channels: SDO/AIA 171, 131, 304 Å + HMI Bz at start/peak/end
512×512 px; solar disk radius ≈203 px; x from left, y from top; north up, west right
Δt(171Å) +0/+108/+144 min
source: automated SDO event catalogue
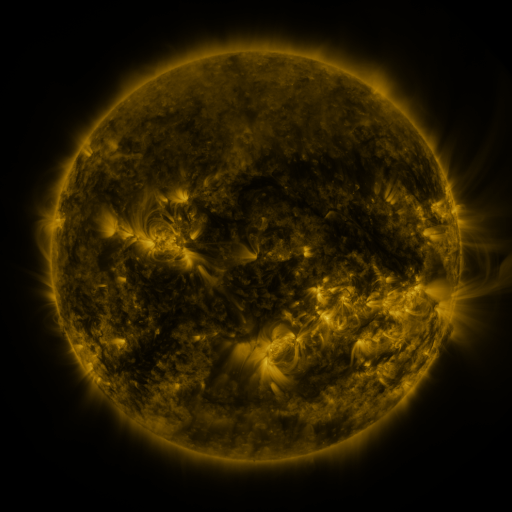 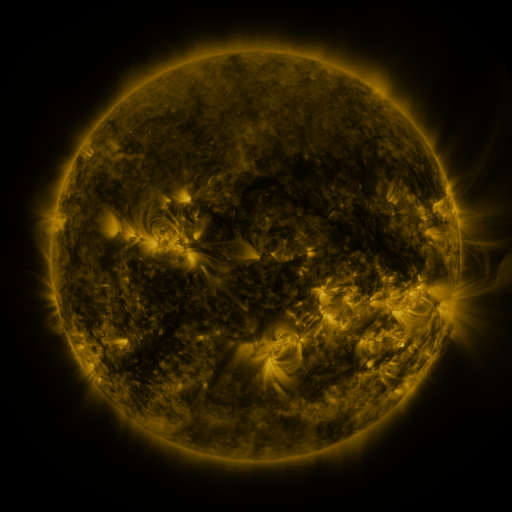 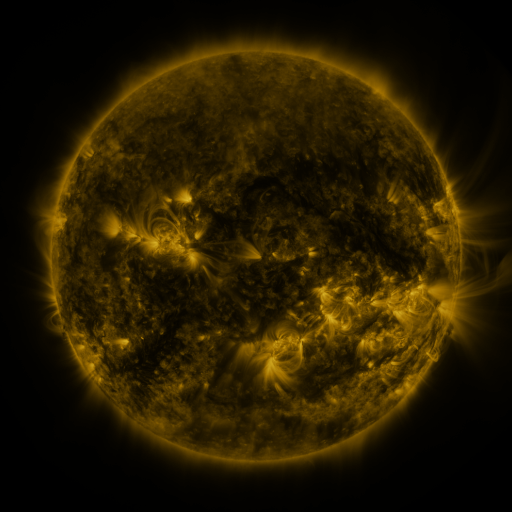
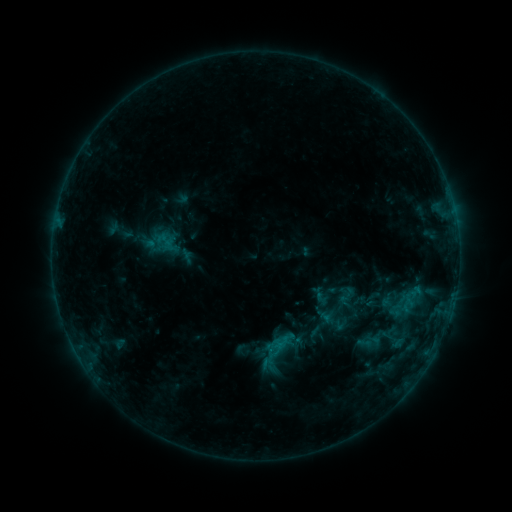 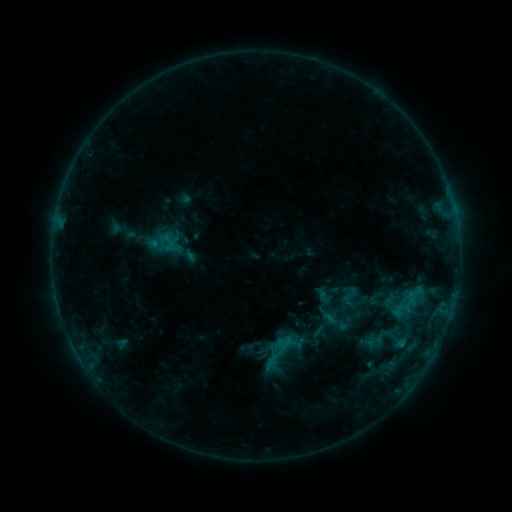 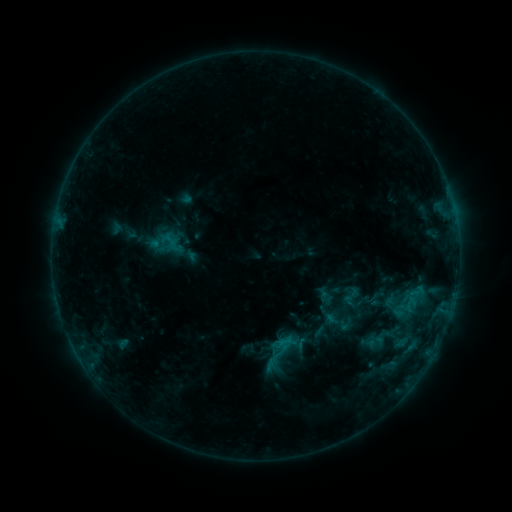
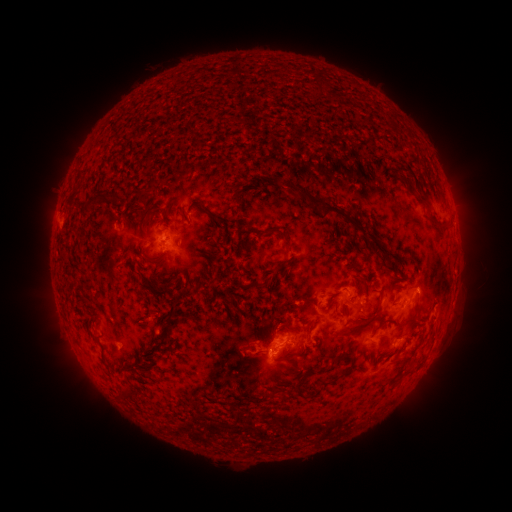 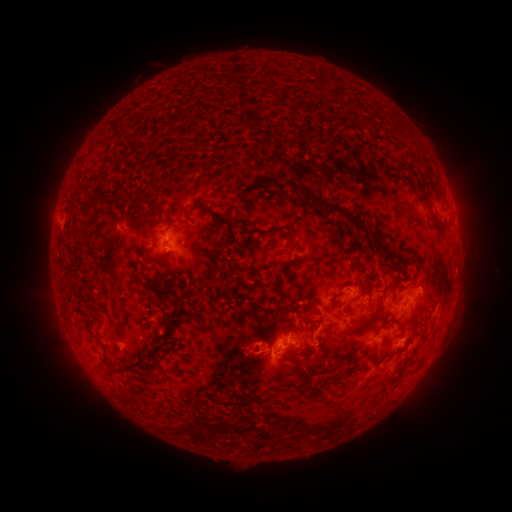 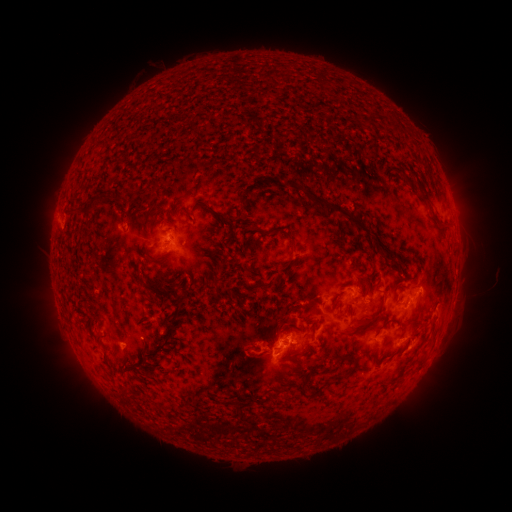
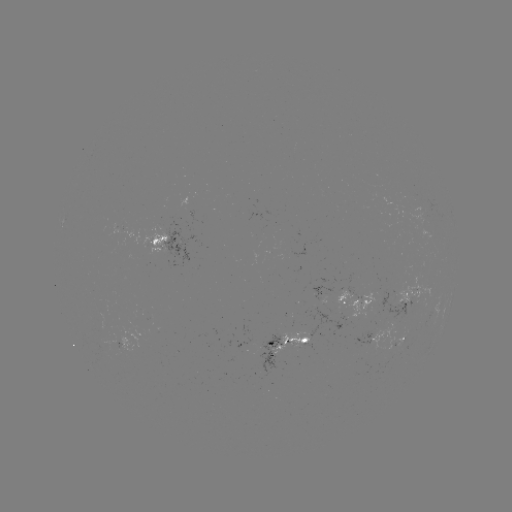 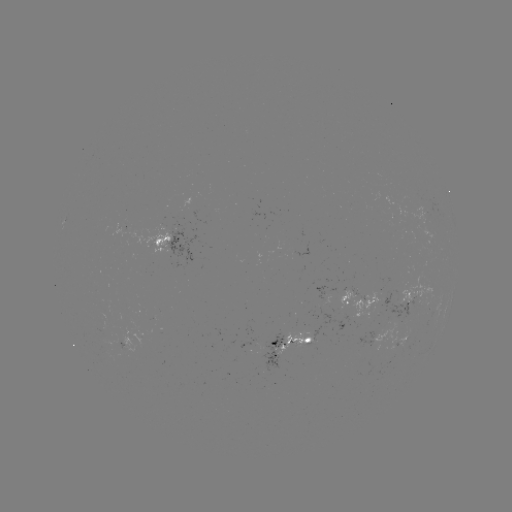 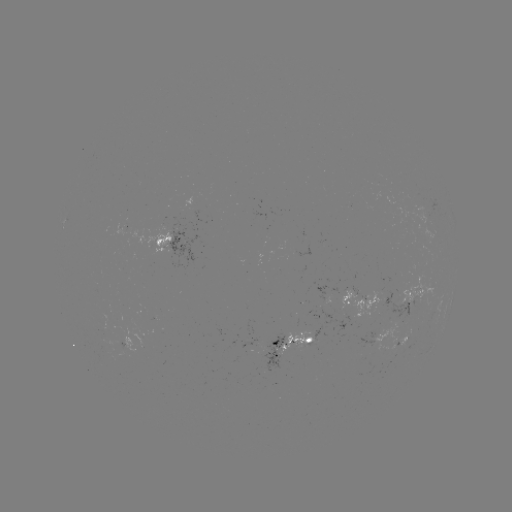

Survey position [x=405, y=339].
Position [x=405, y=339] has emerging-flux region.